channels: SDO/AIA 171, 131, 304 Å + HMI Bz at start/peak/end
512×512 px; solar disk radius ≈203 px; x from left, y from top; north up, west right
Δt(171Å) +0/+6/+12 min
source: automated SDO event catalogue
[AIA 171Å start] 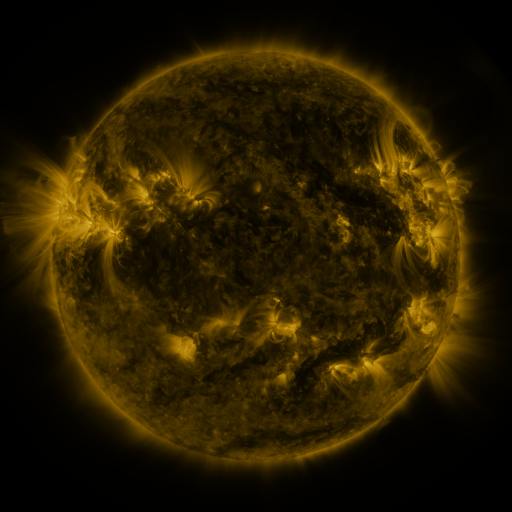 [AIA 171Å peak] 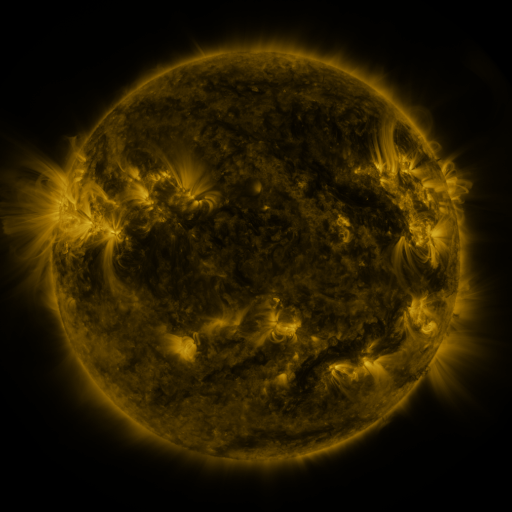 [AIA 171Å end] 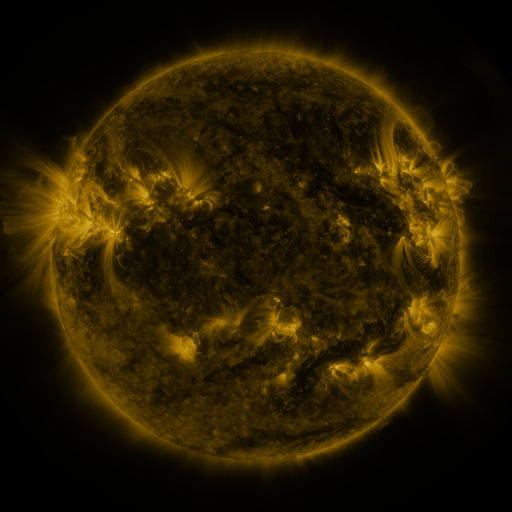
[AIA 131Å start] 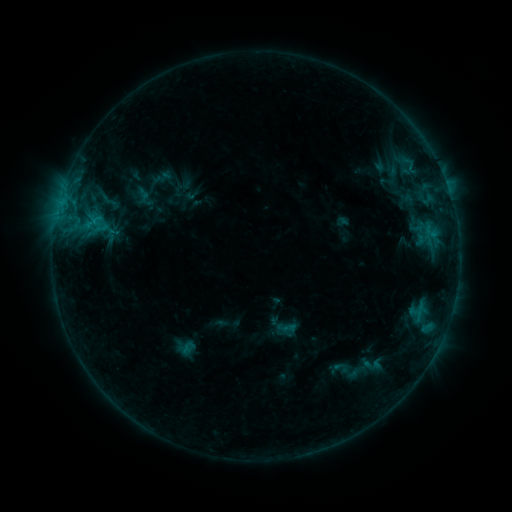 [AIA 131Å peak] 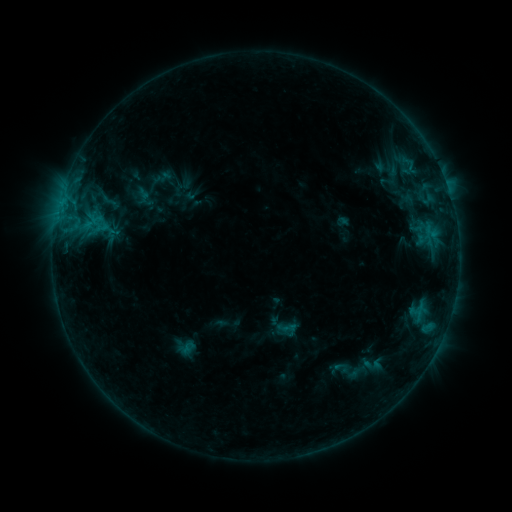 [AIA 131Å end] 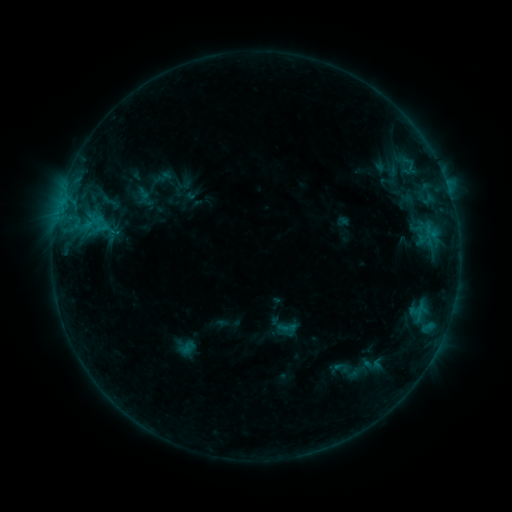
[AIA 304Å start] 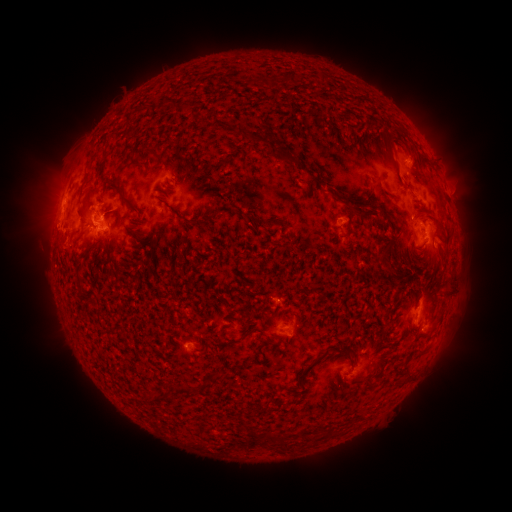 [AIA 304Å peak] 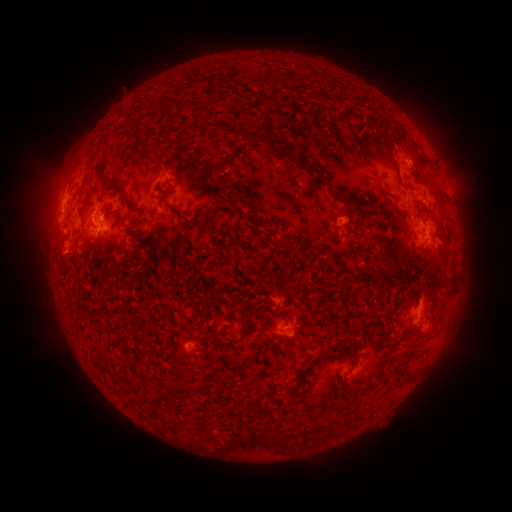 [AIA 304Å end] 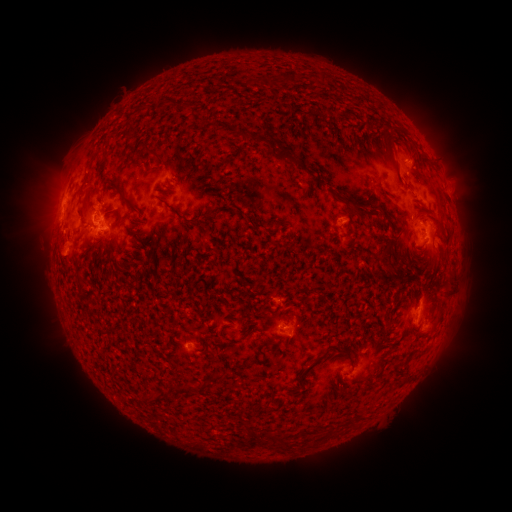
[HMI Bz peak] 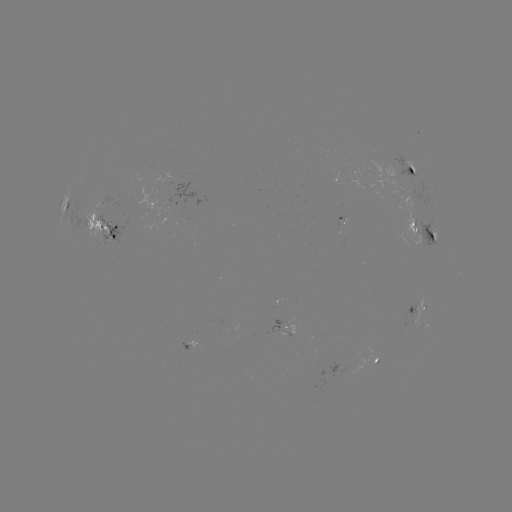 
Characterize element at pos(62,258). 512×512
eruption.